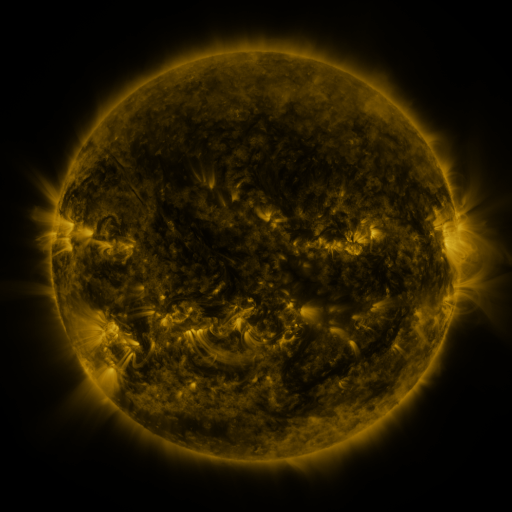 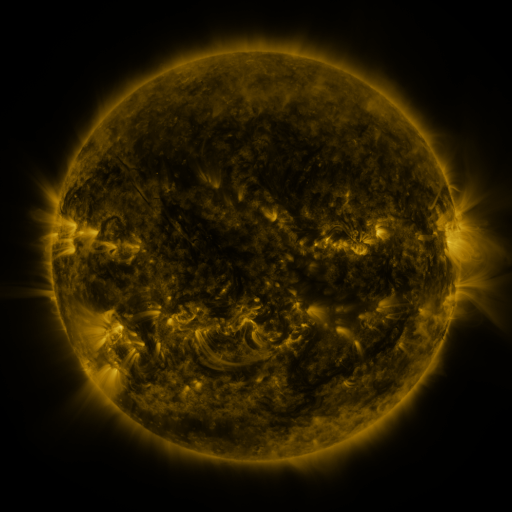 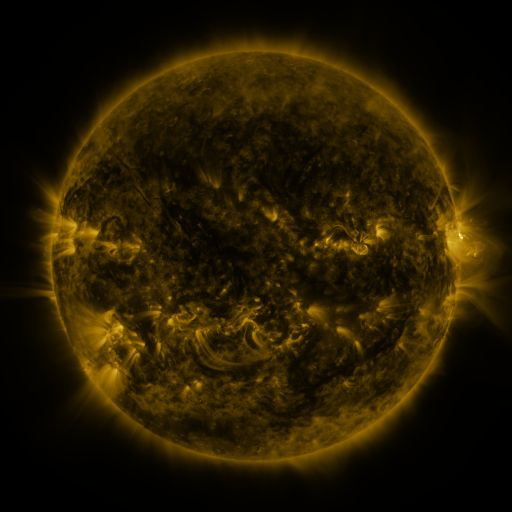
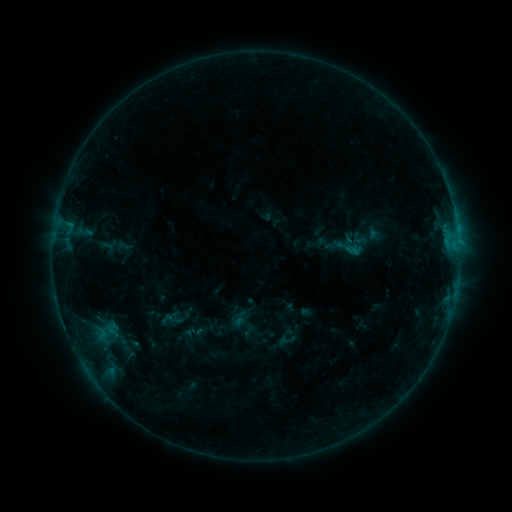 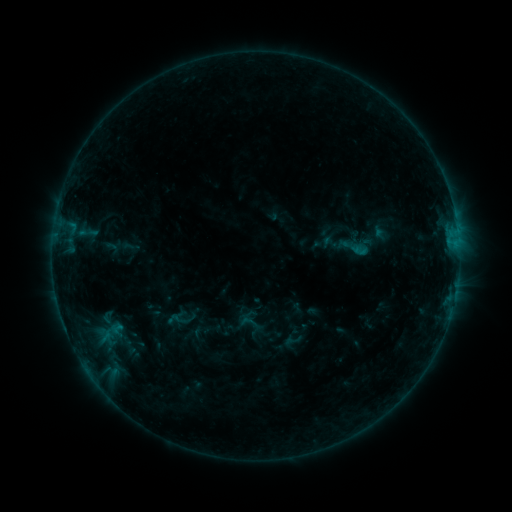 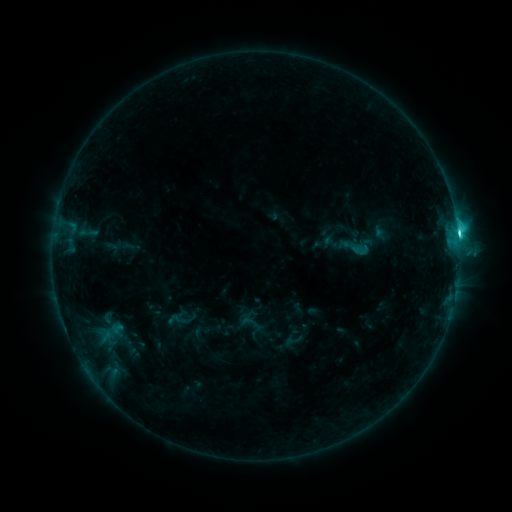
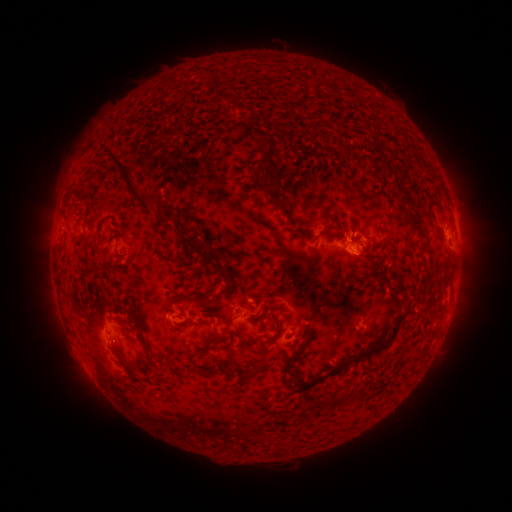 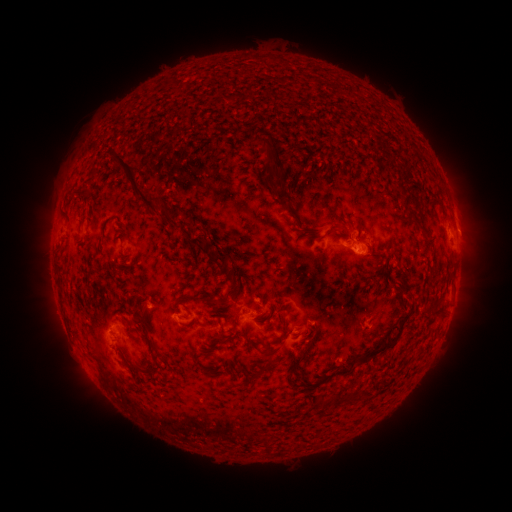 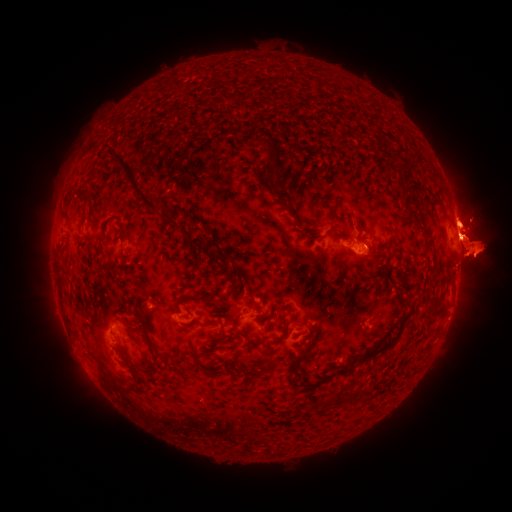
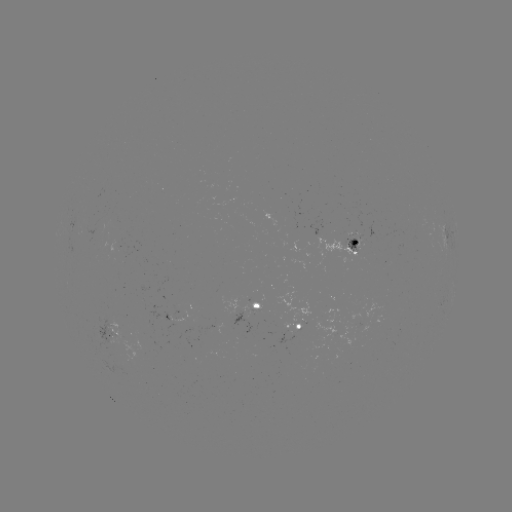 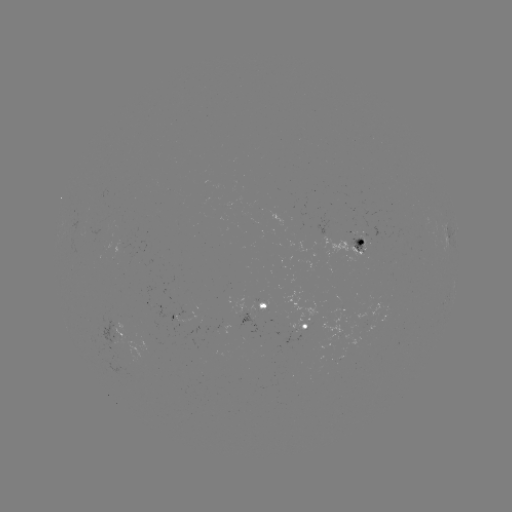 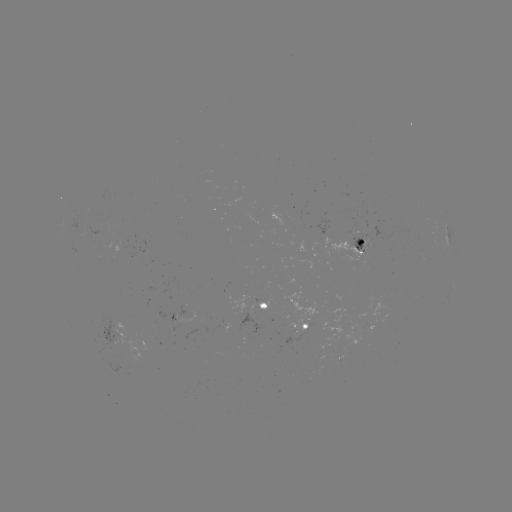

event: emerging-flux region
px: (361, 237)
